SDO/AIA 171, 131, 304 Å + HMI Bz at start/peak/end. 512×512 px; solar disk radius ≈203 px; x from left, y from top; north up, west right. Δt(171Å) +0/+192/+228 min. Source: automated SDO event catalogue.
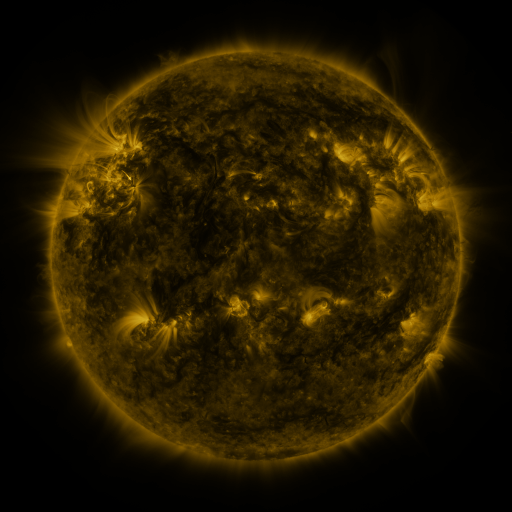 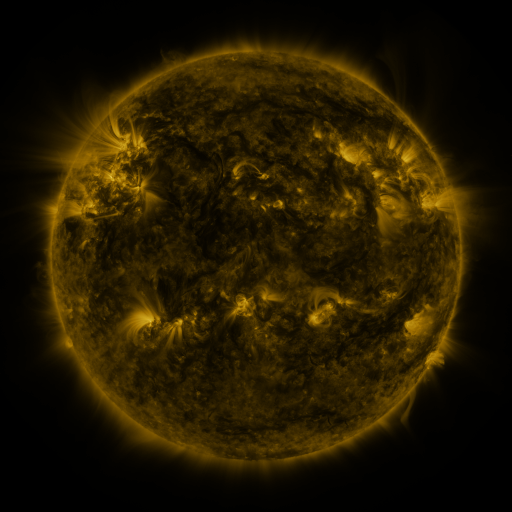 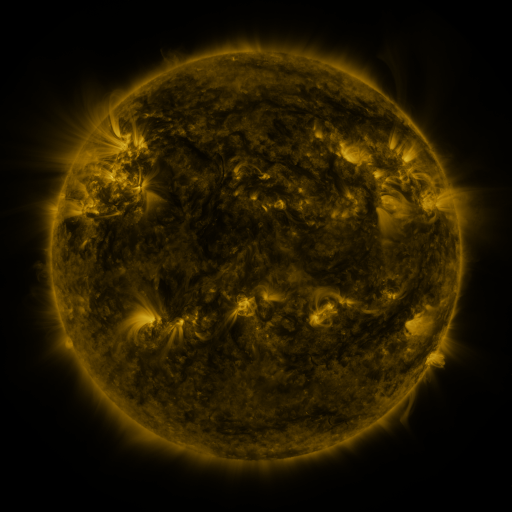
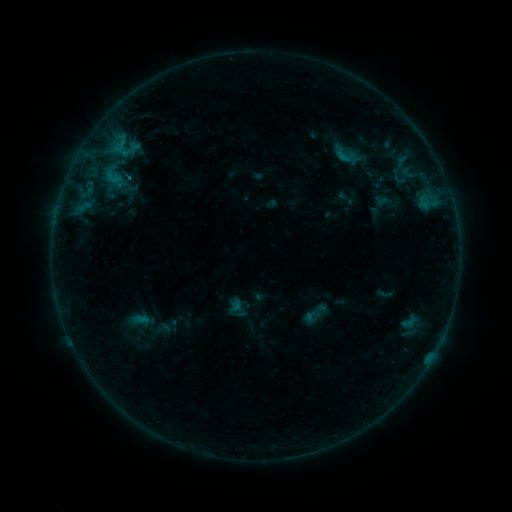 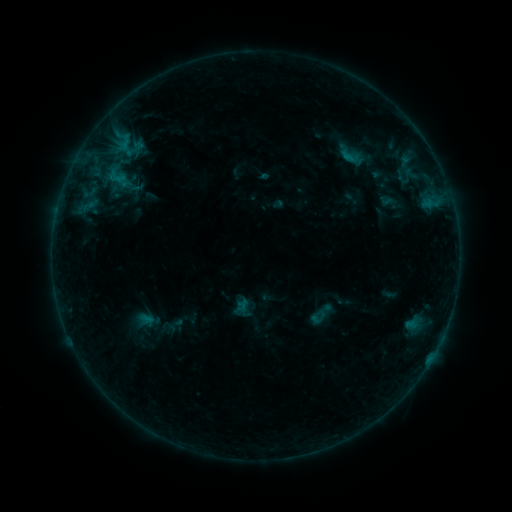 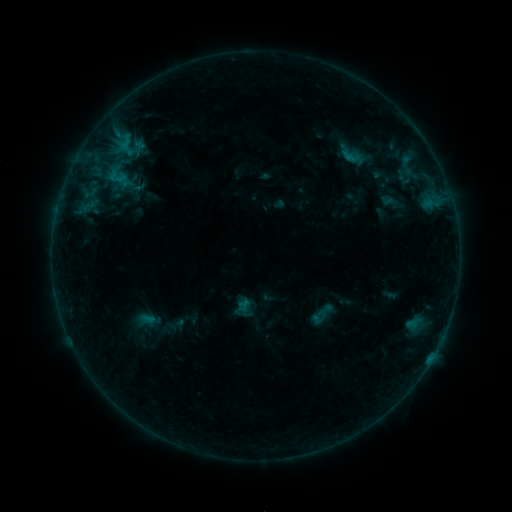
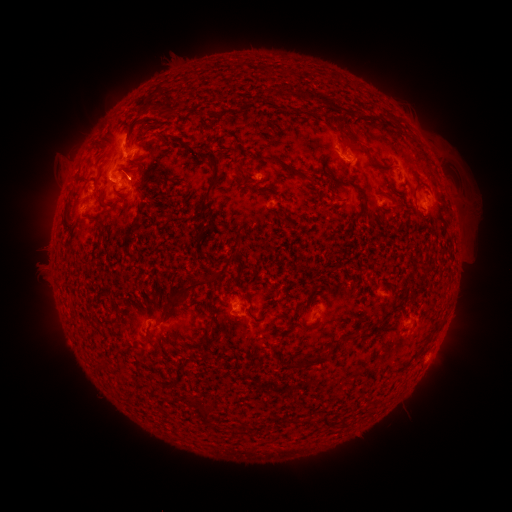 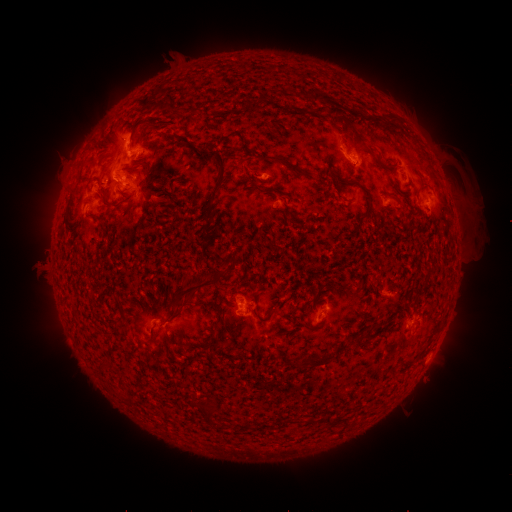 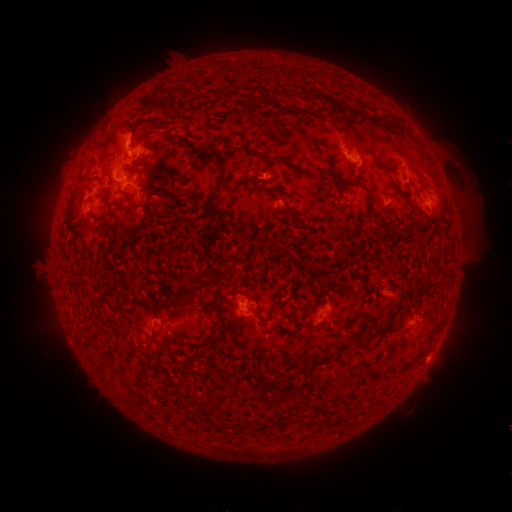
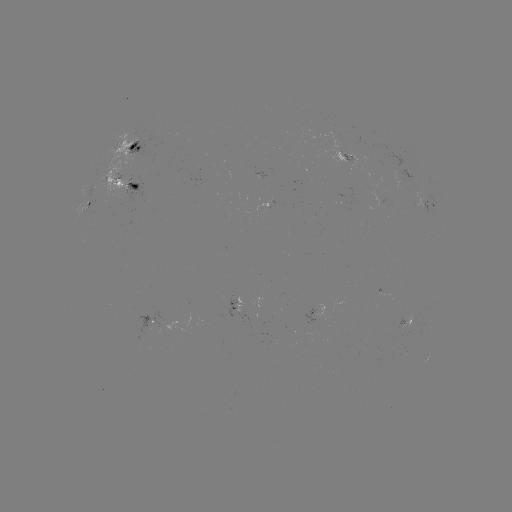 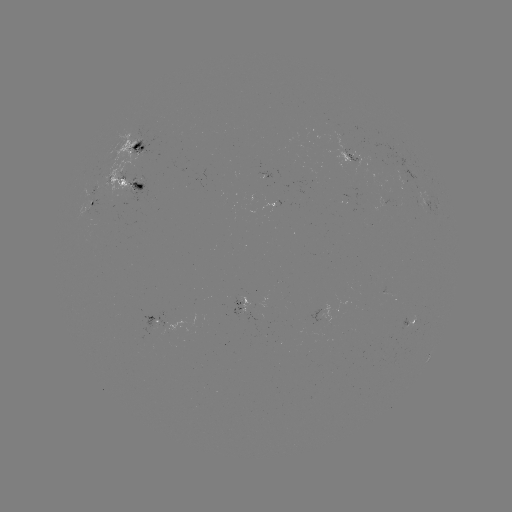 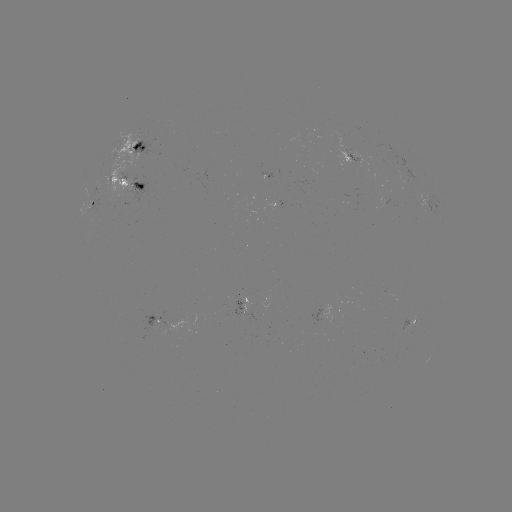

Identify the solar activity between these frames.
emerging-flux region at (233, 303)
